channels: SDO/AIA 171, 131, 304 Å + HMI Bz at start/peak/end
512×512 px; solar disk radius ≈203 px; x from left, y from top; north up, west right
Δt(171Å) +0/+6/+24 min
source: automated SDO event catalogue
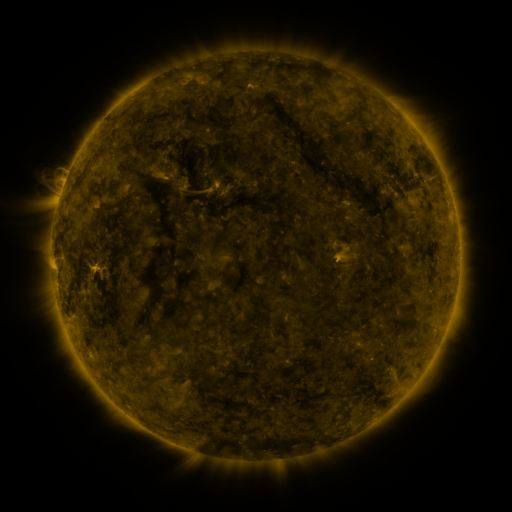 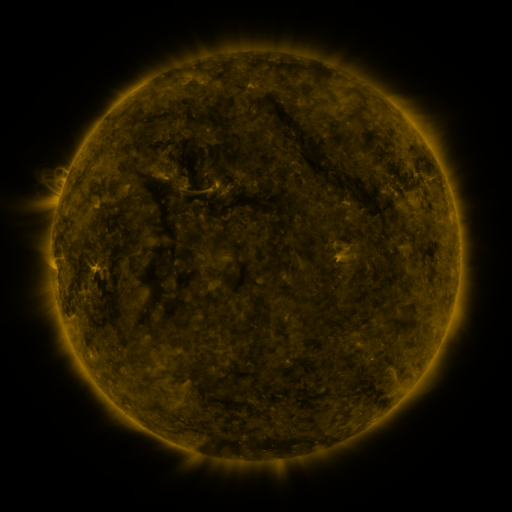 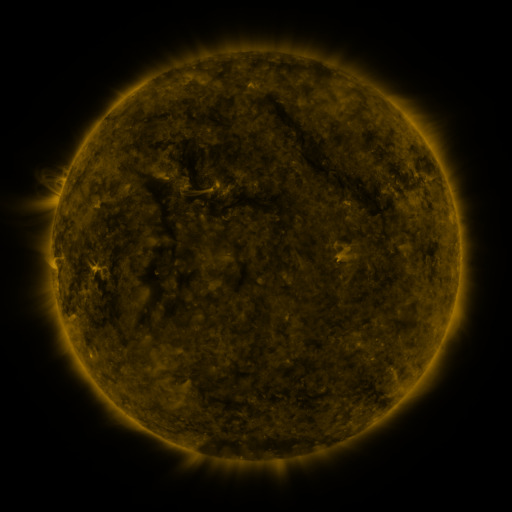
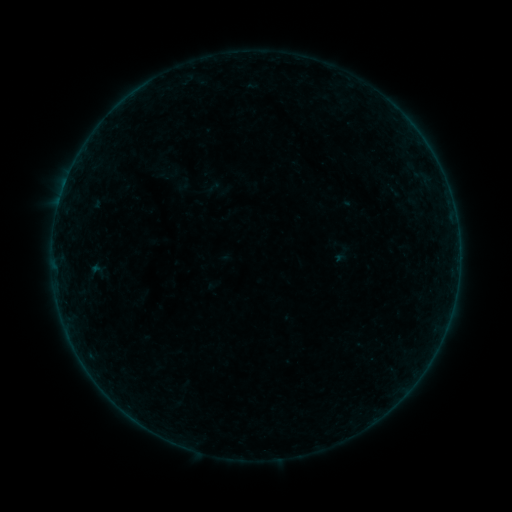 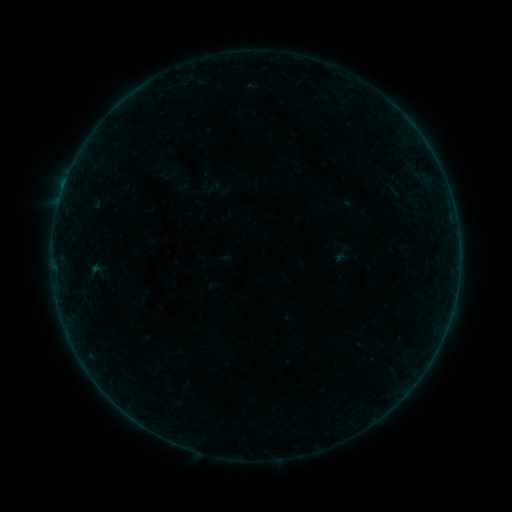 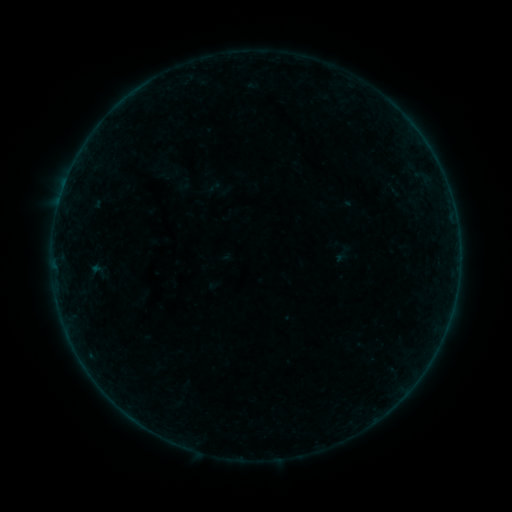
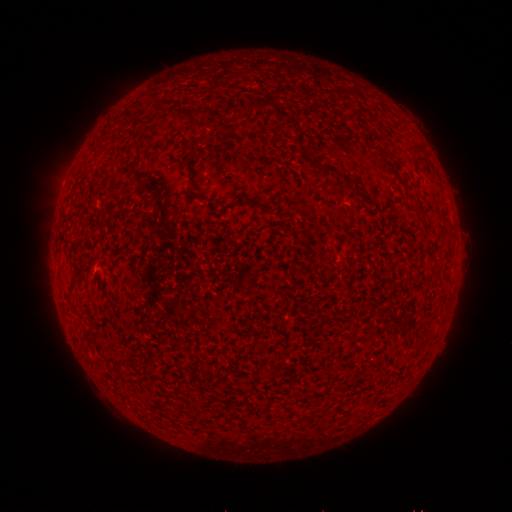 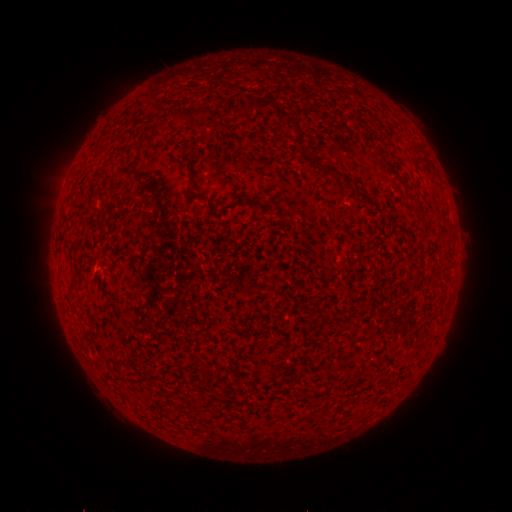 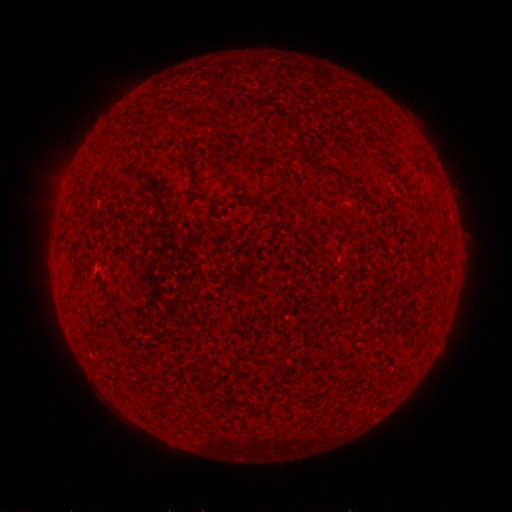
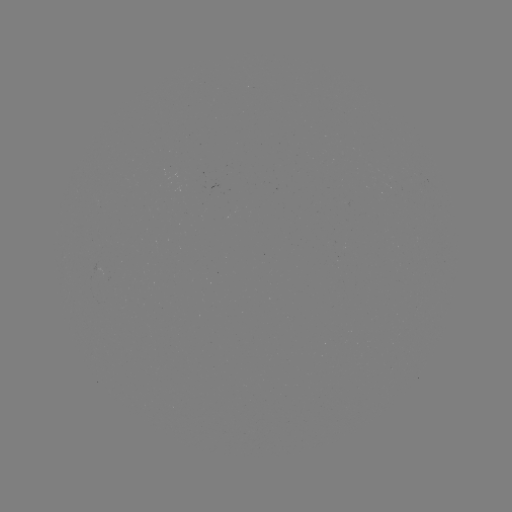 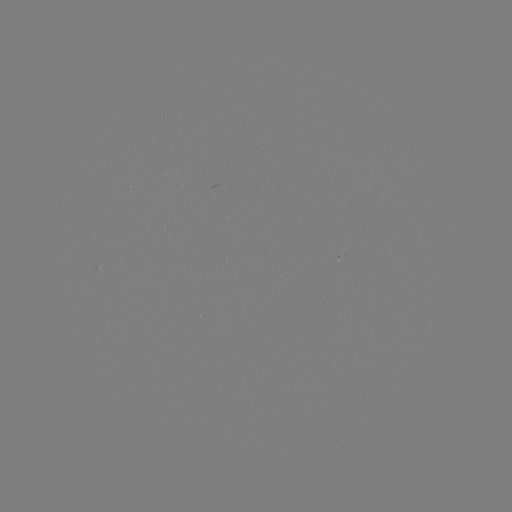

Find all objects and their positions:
A8.7 flare: (64, 189)
